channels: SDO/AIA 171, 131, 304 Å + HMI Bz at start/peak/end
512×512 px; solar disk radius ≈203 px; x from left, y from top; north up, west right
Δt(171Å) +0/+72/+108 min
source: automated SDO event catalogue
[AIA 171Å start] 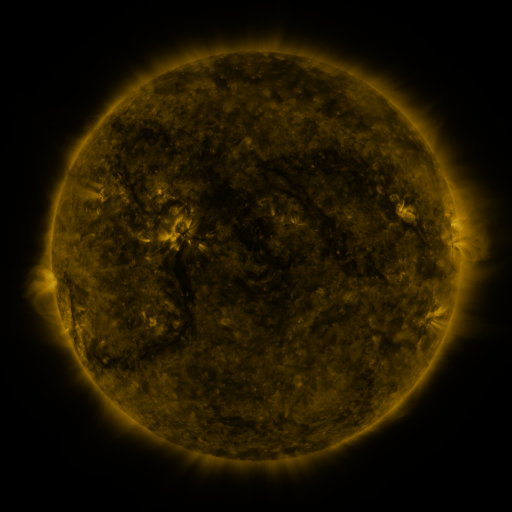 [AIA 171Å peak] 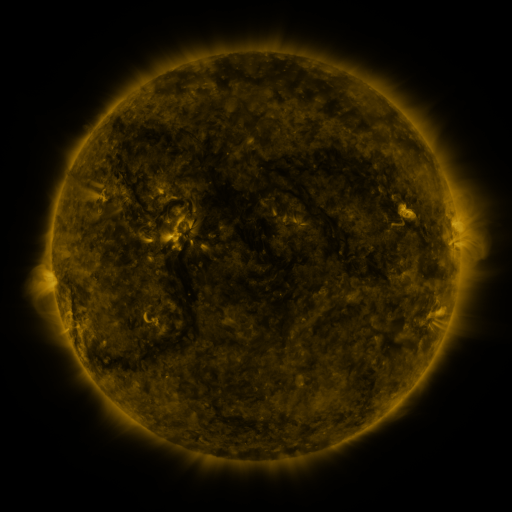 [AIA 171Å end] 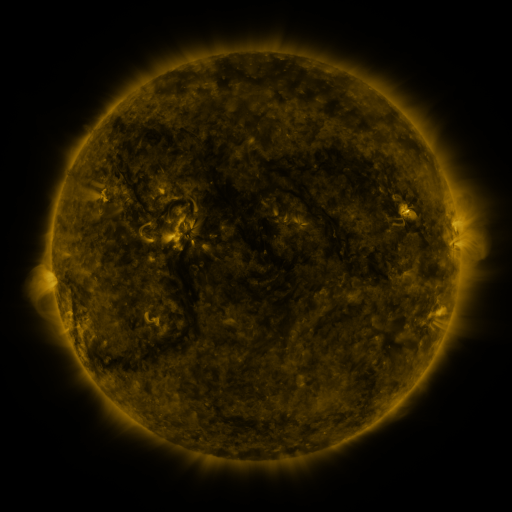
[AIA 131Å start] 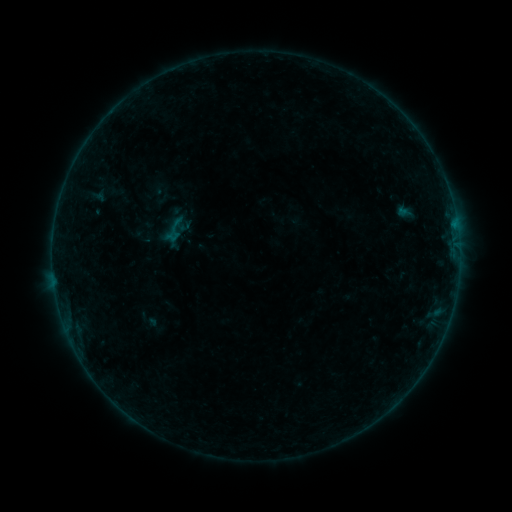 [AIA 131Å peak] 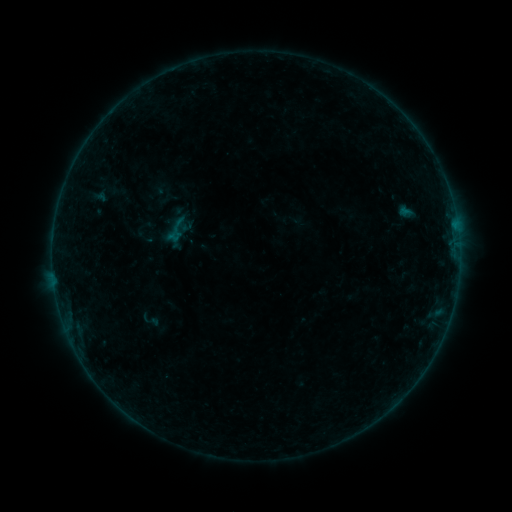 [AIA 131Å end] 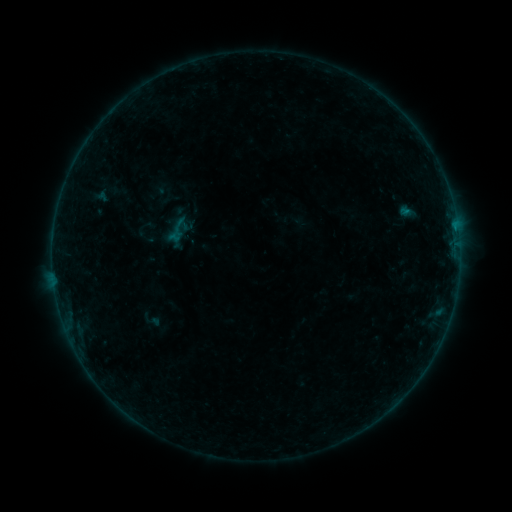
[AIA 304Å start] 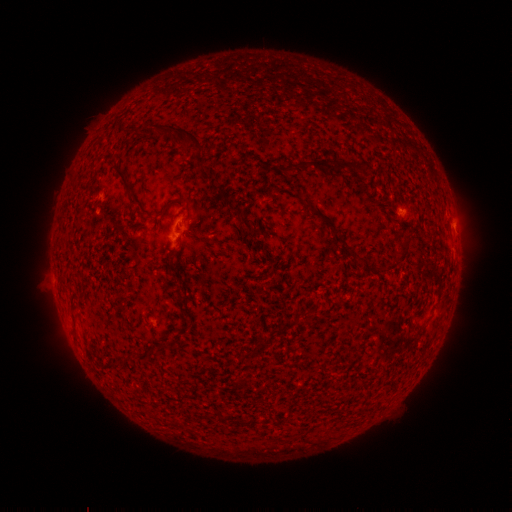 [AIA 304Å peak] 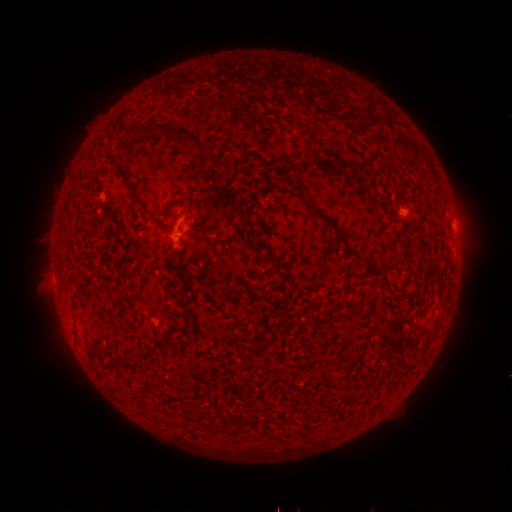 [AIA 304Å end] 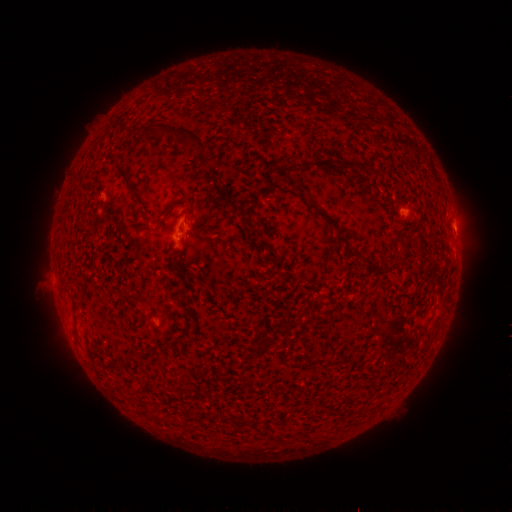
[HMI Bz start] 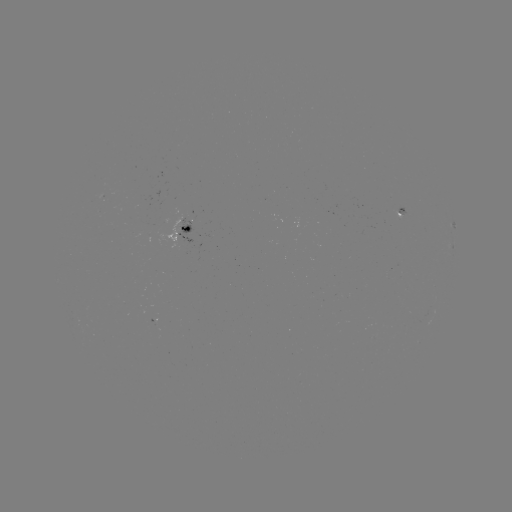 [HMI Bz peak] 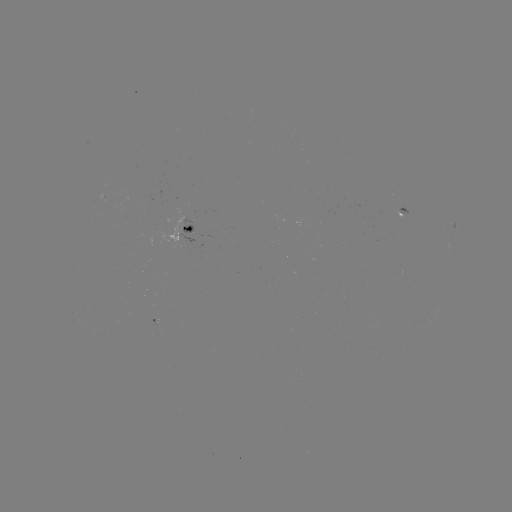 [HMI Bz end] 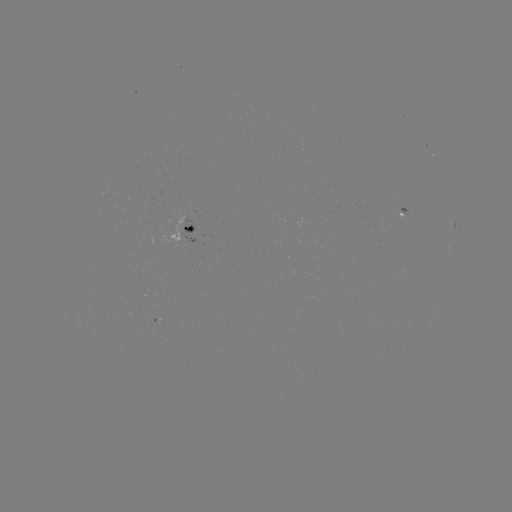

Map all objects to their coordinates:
emerging-flux region: (170, 200)
